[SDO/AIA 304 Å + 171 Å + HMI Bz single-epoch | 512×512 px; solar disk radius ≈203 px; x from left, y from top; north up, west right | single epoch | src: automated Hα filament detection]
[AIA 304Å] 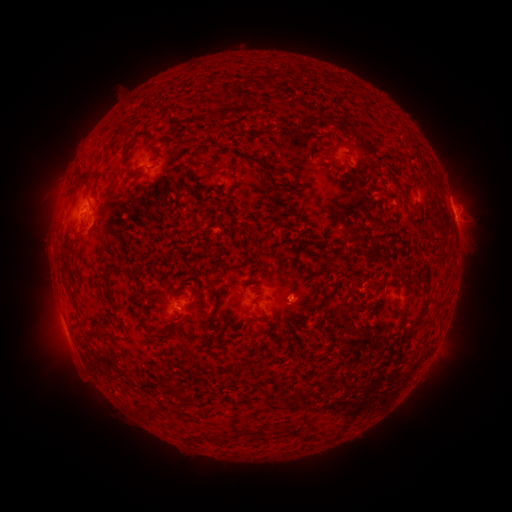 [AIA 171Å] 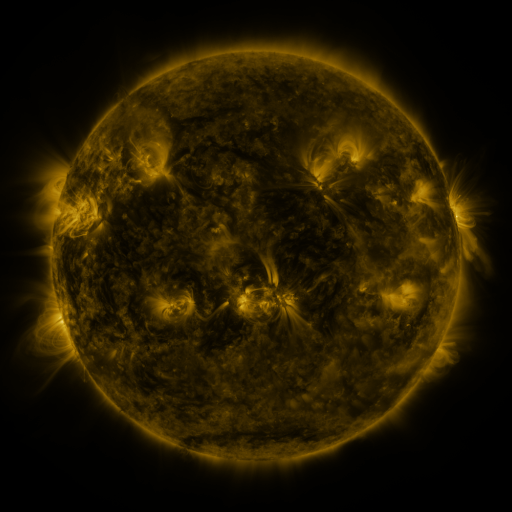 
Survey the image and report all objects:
filament: (265, 79)
filament: (249, 102)
filament: (134, 103)
filament: (208, 116)
filament: (132, 144)
filament: (199, 153)
filament: (338, 166)
filament: (127, 172)
filament: (84, 182)
filament: (351, 231)
filament: (324, 242)
filament: (401, 269)
filament: (111, 274)
filament: (220, 293)
filament: (71, 296)
filament: (115, 309)
filament: (408, 330)
filament: (98, 335)
filament: (170, 336)
filament: (175, 390)
filament: (183, 396)
filament: (263, 435)
